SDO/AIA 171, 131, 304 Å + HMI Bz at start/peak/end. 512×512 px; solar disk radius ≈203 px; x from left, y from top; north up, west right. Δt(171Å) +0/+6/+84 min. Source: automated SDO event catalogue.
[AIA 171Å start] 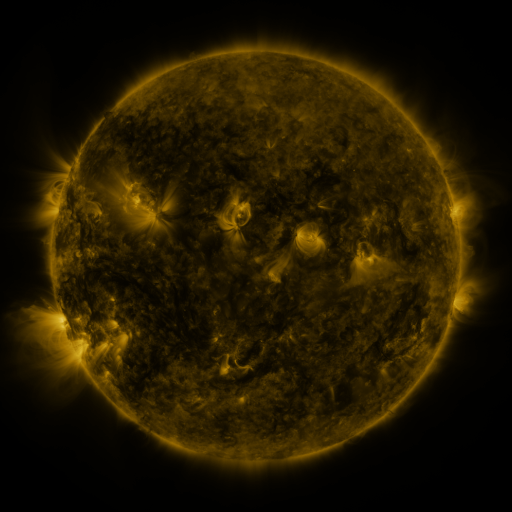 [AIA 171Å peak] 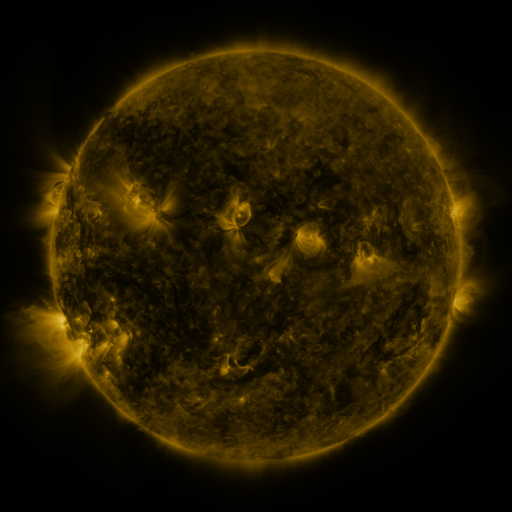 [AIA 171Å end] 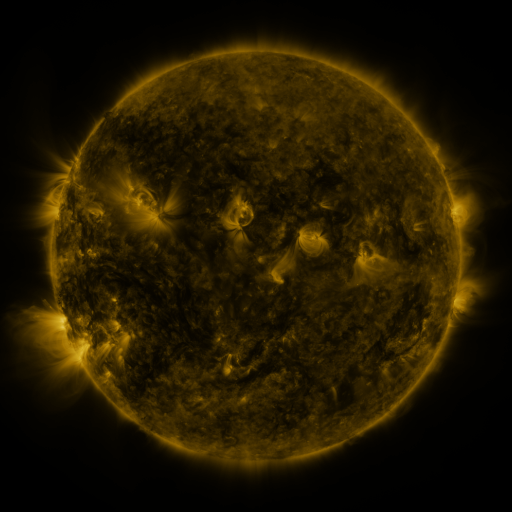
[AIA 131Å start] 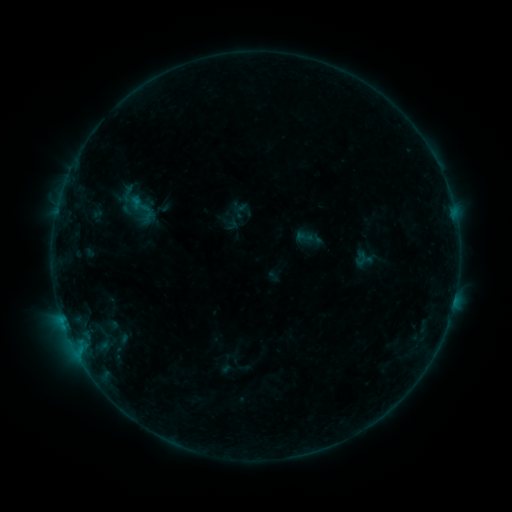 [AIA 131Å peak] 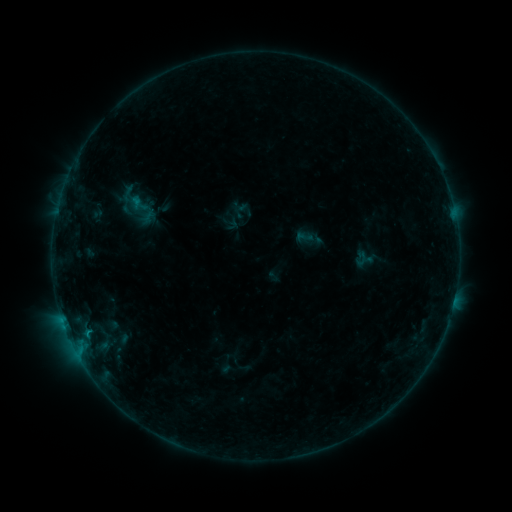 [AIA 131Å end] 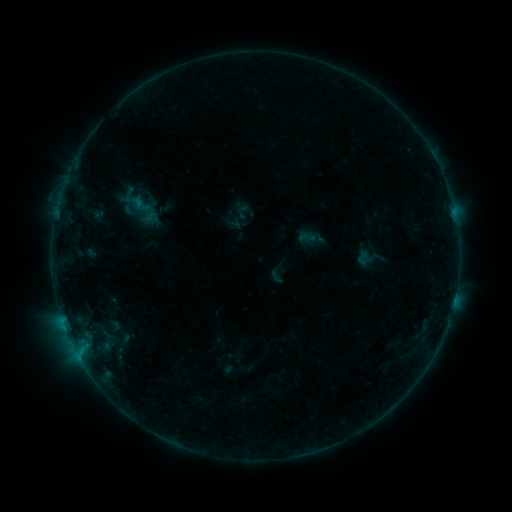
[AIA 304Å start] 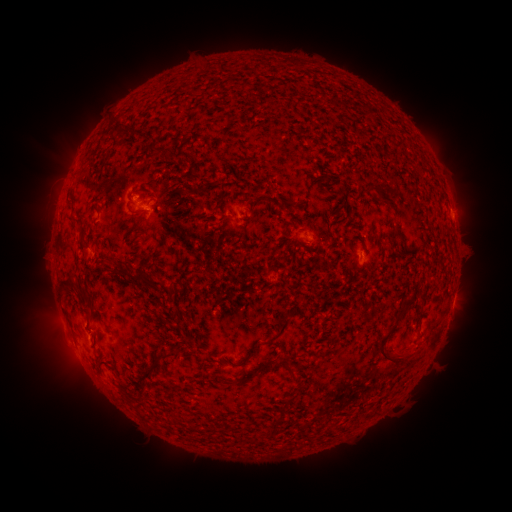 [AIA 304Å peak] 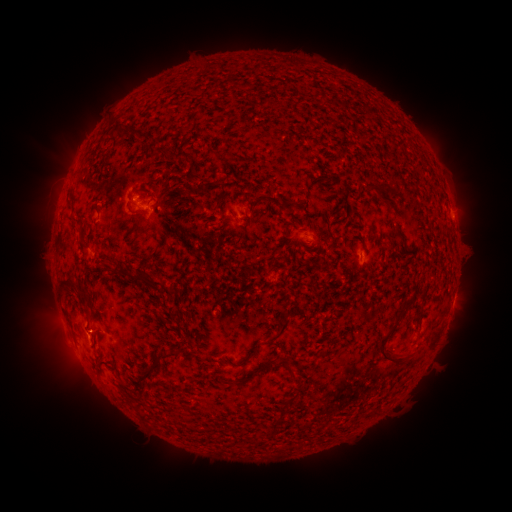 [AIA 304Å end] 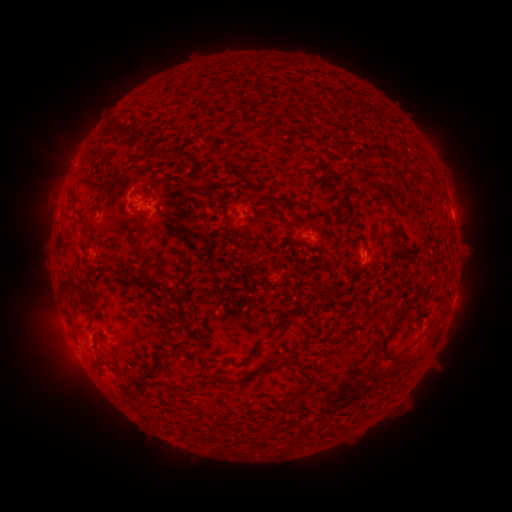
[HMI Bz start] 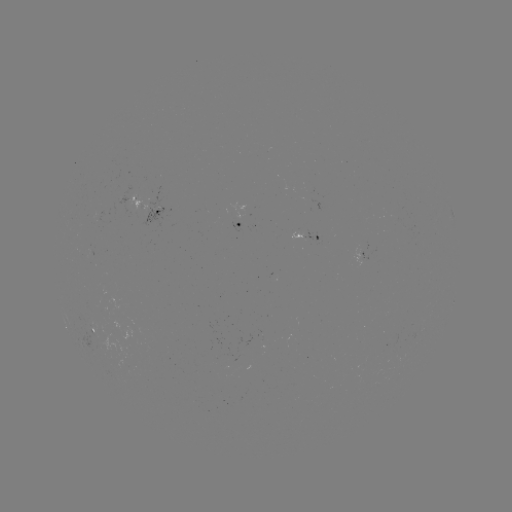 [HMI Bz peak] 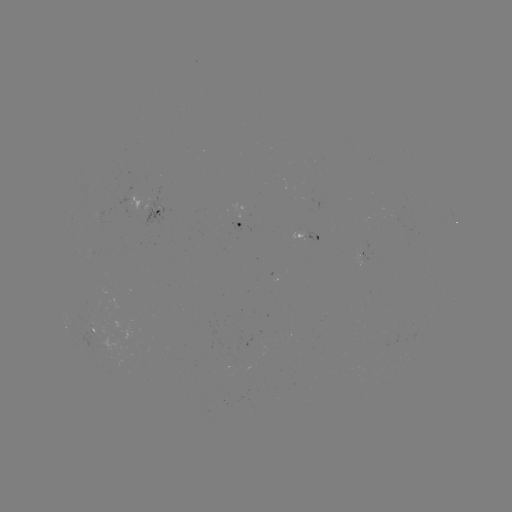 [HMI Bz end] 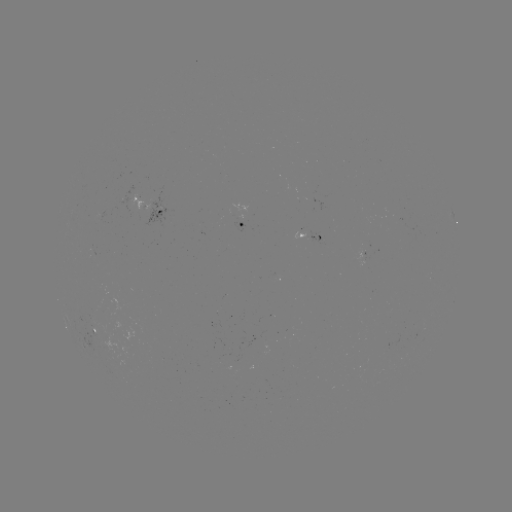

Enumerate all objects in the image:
B3.3 flare: (88, 330)
